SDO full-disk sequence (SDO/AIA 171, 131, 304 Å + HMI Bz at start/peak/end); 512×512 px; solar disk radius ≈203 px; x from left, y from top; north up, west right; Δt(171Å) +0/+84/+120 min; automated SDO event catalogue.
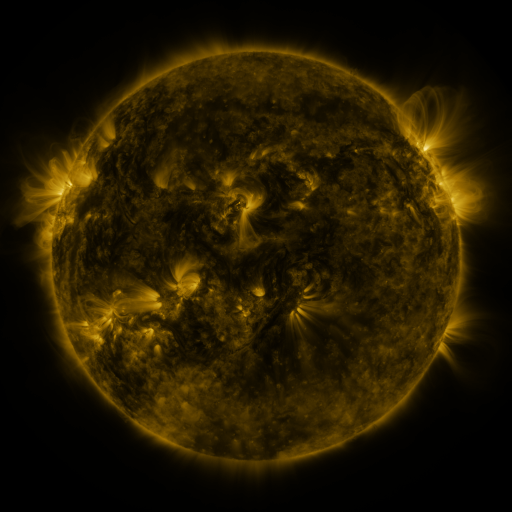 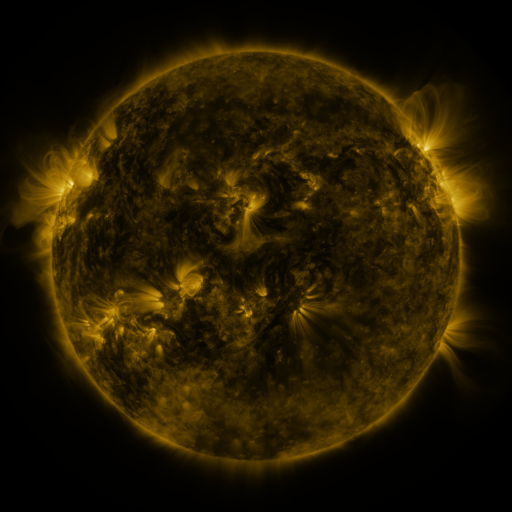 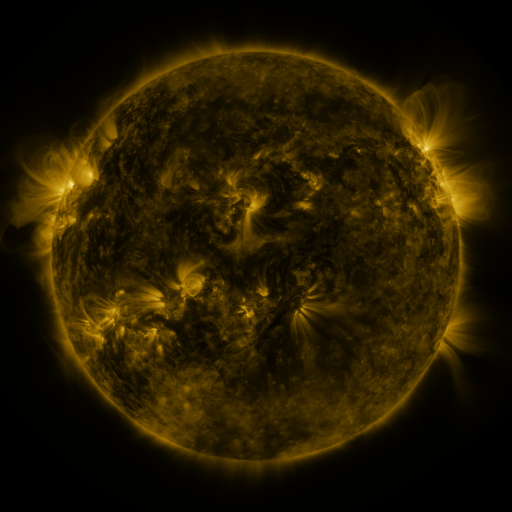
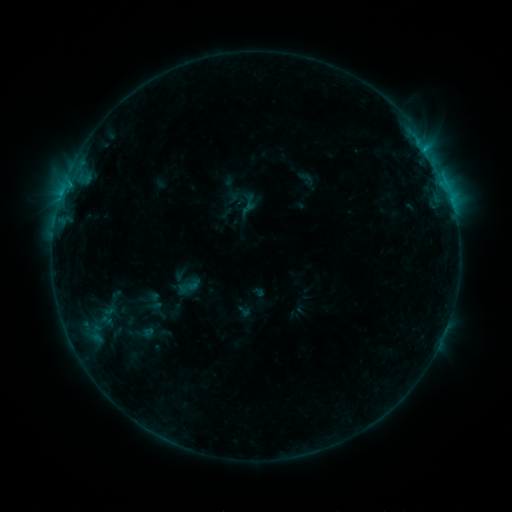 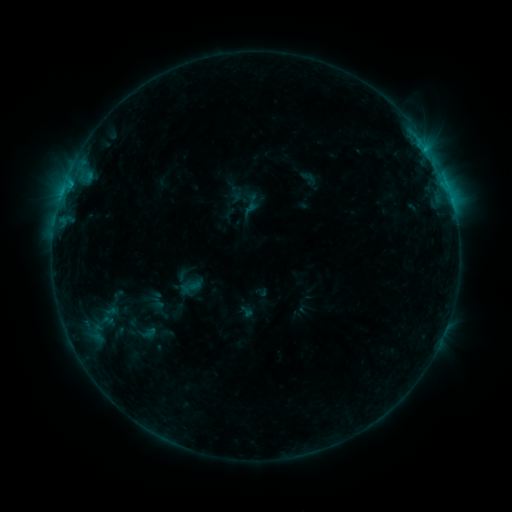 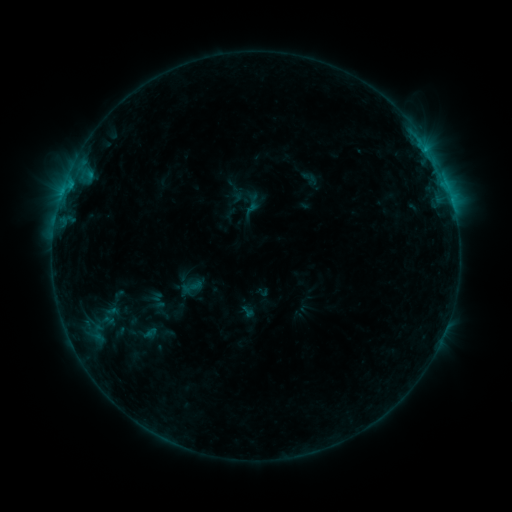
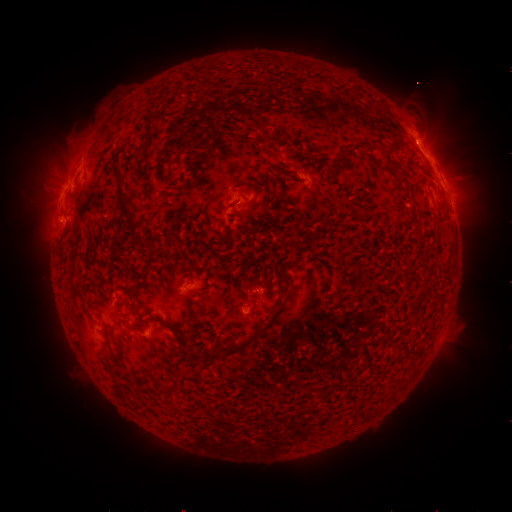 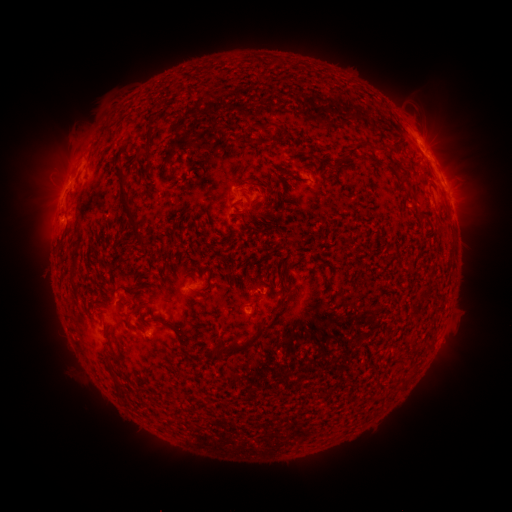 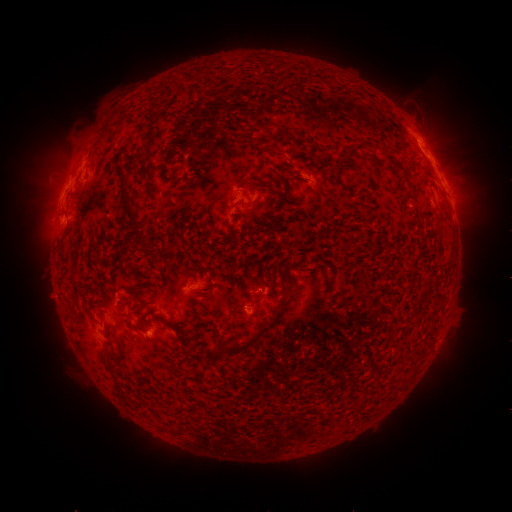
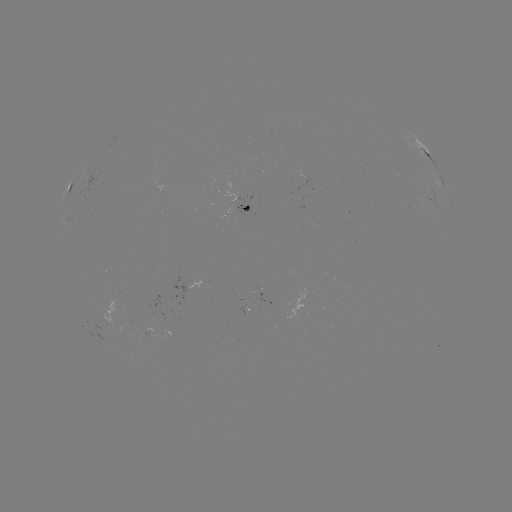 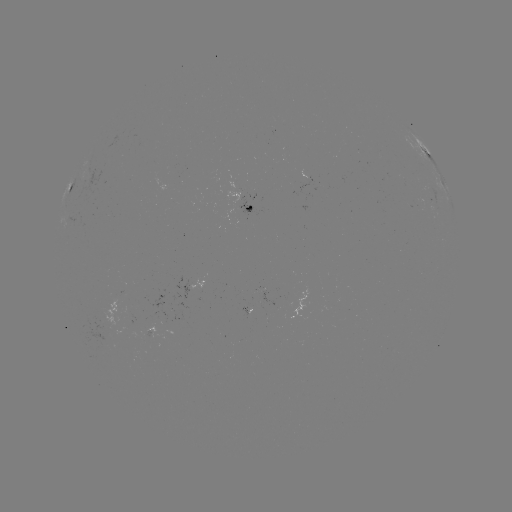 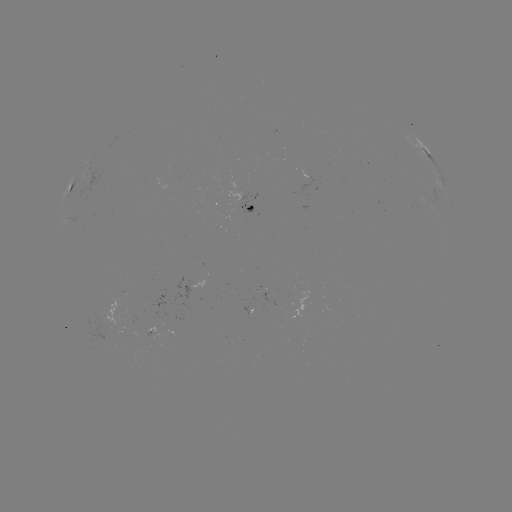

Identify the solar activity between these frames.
emerging-flux region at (419, 203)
